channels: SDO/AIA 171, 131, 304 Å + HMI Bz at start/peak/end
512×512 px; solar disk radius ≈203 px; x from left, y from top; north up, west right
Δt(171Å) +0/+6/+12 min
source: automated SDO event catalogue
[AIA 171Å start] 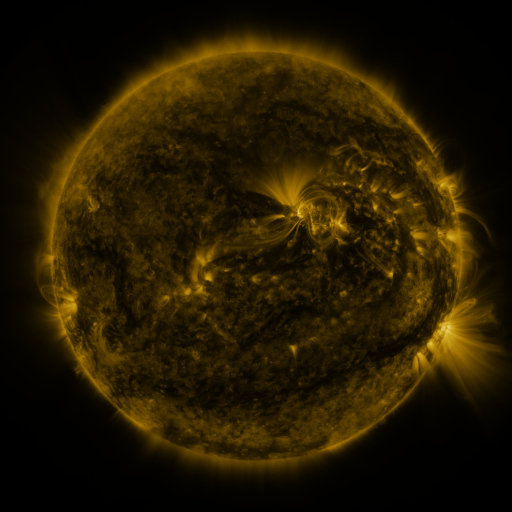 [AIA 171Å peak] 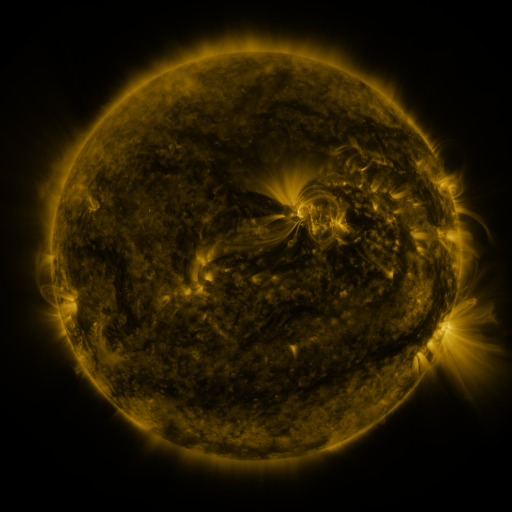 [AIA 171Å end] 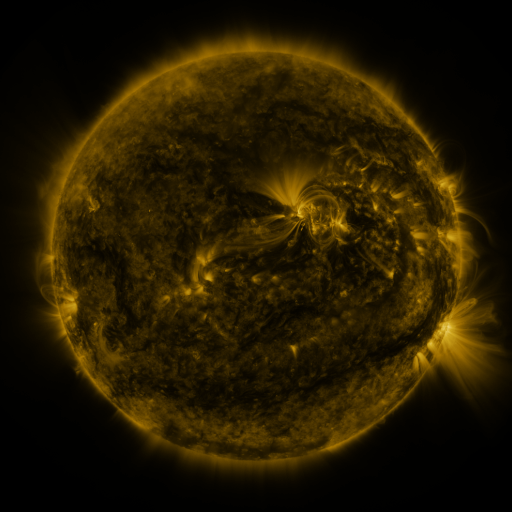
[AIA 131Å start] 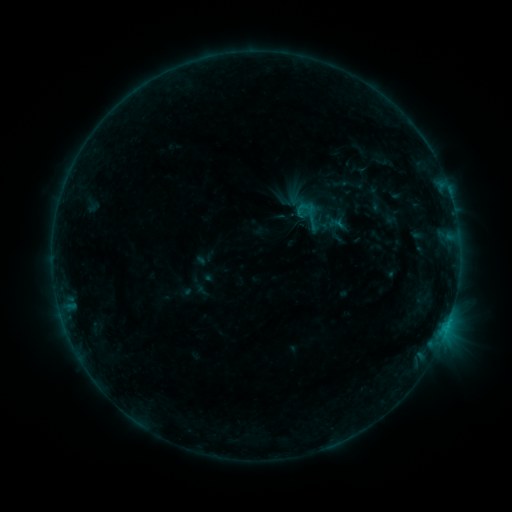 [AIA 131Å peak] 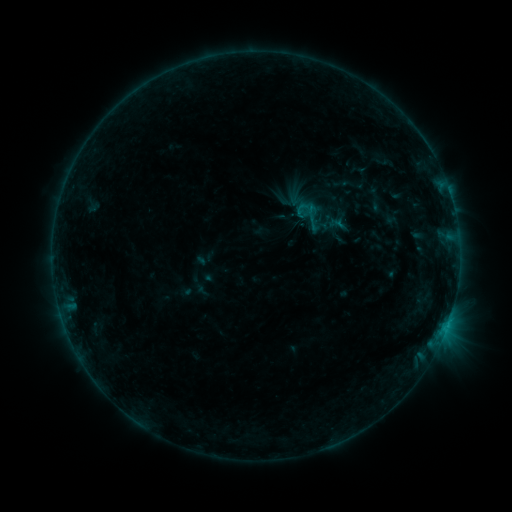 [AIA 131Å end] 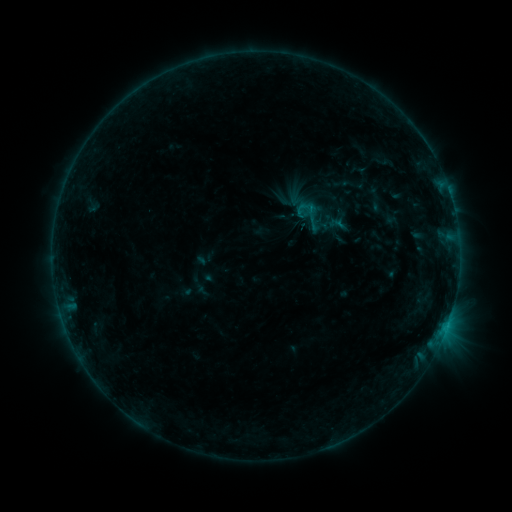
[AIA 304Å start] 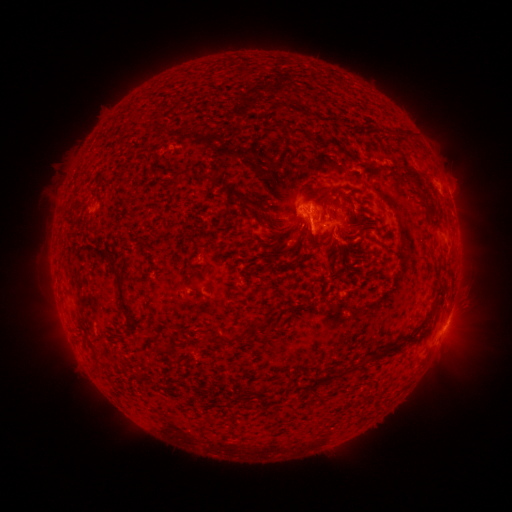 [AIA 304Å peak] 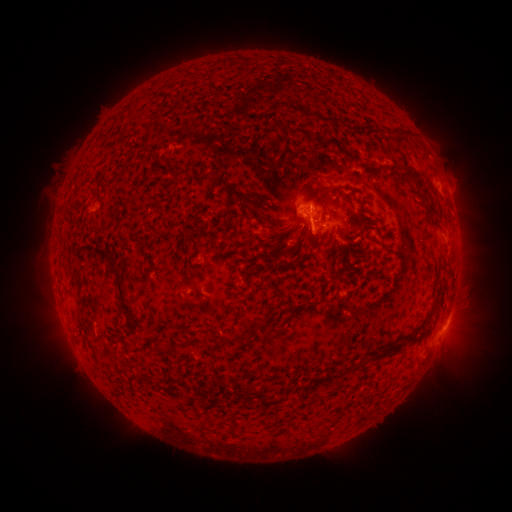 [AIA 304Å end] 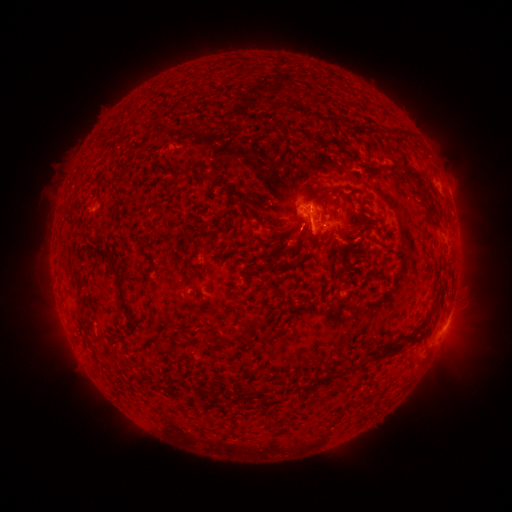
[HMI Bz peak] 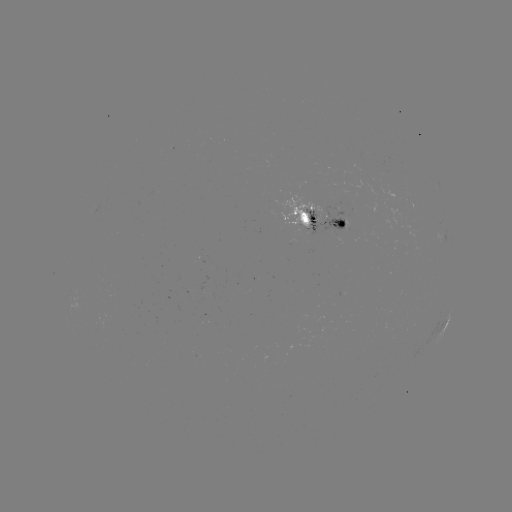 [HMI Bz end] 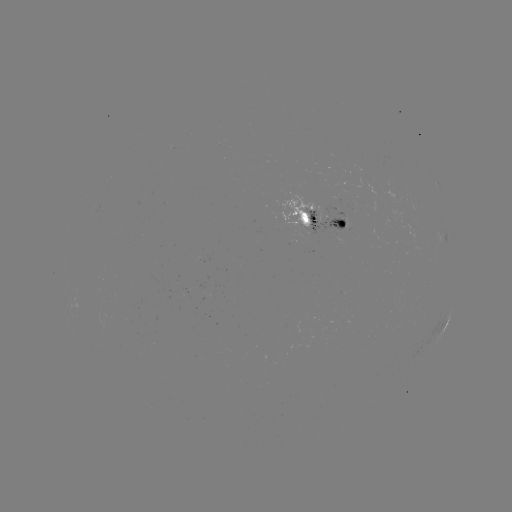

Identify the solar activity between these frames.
no catalogued flare and no flagged EUV brightening in this window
